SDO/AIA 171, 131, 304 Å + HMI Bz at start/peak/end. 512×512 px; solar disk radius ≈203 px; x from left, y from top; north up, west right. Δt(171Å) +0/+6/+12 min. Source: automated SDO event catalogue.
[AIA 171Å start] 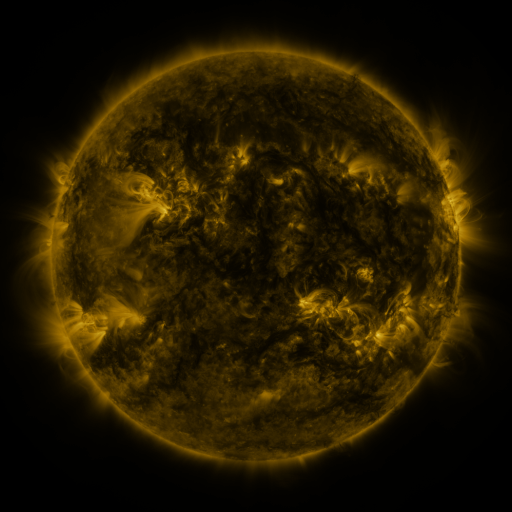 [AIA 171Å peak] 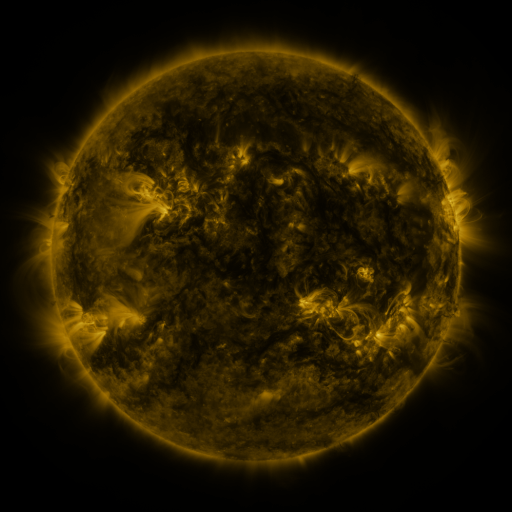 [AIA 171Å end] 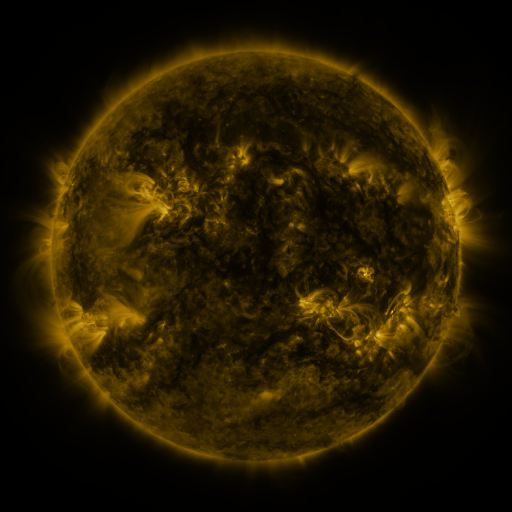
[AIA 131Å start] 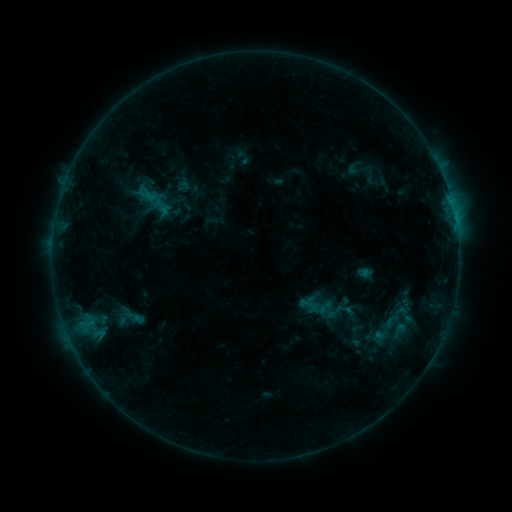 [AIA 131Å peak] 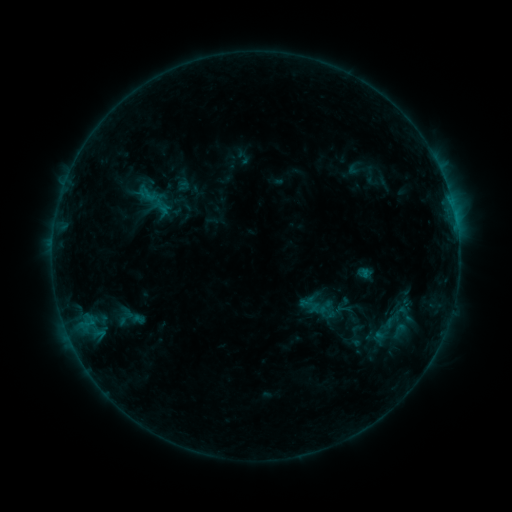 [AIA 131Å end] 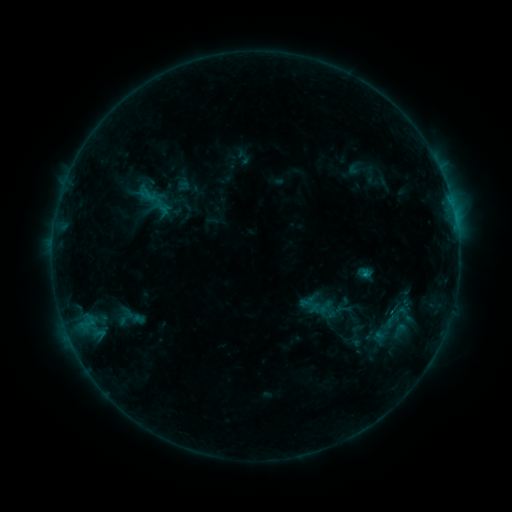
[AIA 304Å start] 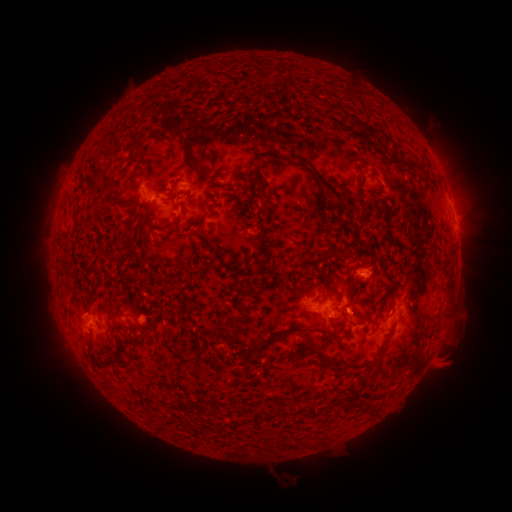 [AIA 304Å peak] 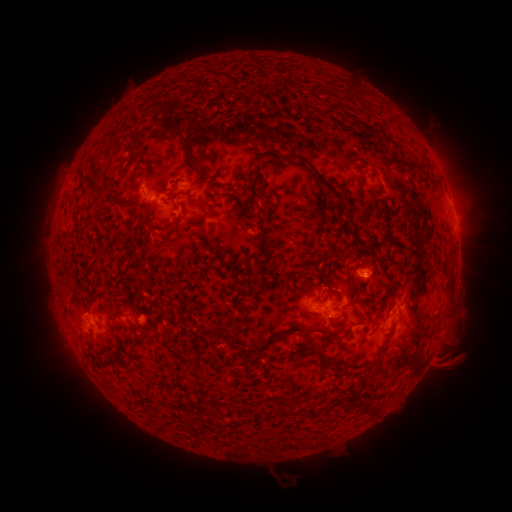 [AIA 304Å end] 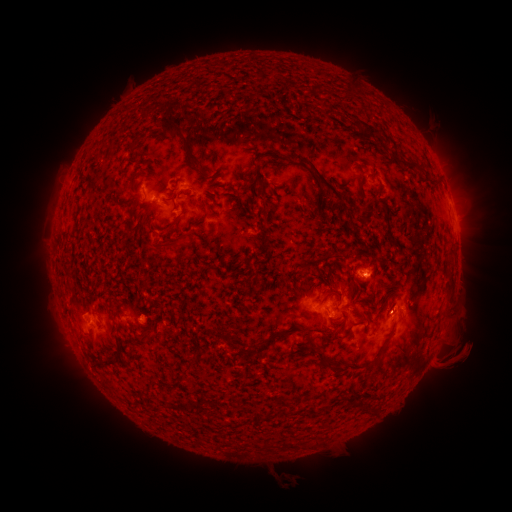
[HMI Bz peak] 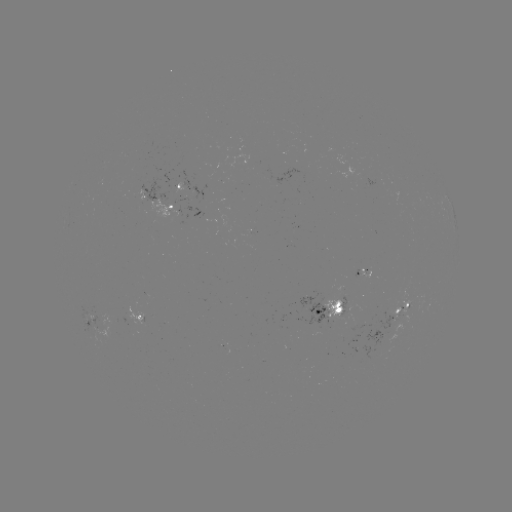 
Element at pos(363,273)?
B8.0 flare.